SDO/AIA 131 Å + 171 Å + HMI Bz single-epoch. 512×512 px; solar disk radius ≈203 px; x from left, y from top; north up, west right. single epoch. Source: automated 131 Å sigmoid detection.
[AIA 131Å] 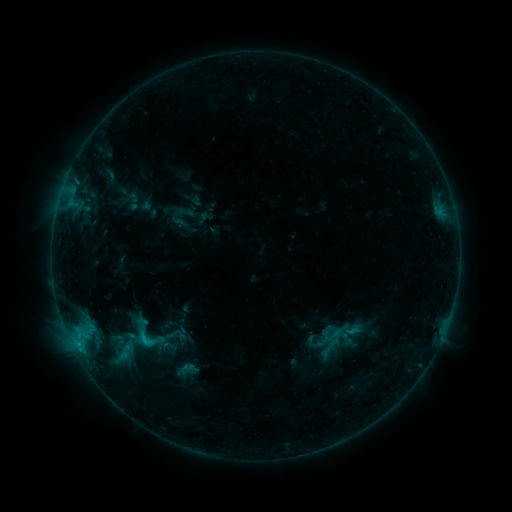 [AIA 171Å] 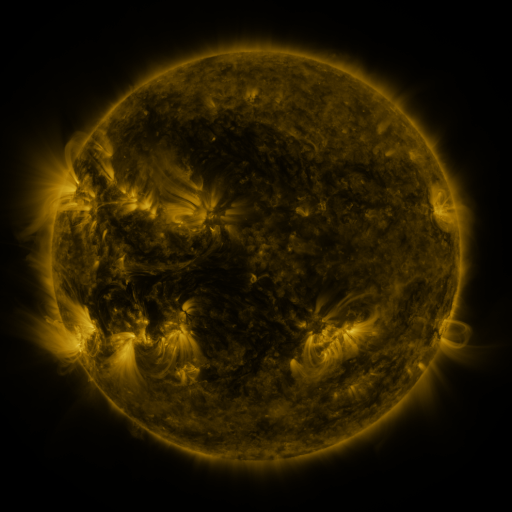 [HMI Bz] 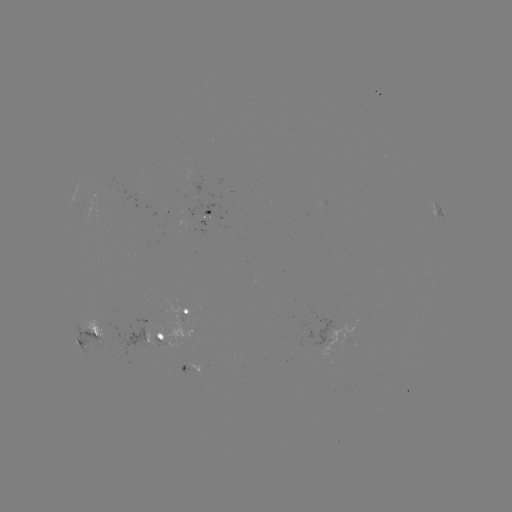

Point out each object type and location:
sigmoid: <bbox>110, 307, 177, 361</bbox>
sigmoid: <bbox>104, 329, 132, 351</bbox>
